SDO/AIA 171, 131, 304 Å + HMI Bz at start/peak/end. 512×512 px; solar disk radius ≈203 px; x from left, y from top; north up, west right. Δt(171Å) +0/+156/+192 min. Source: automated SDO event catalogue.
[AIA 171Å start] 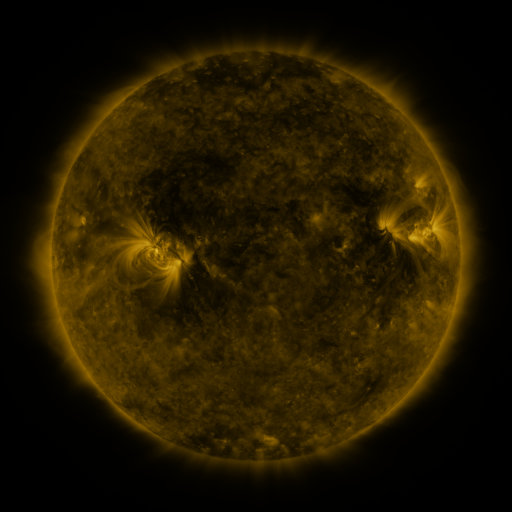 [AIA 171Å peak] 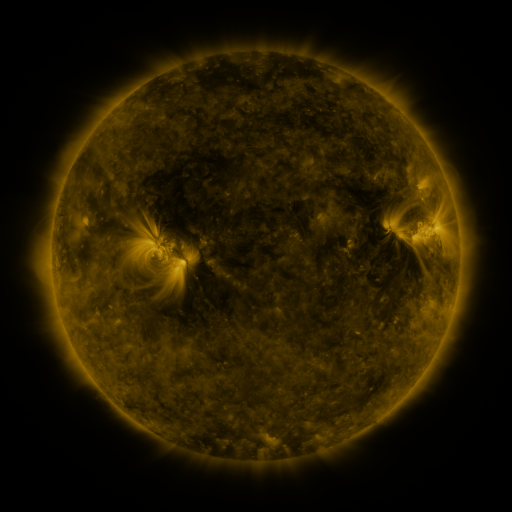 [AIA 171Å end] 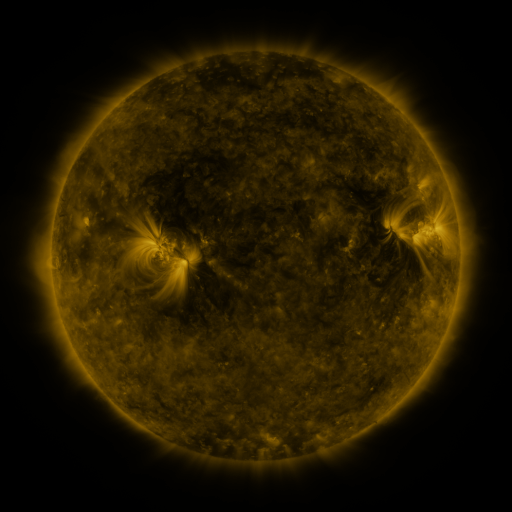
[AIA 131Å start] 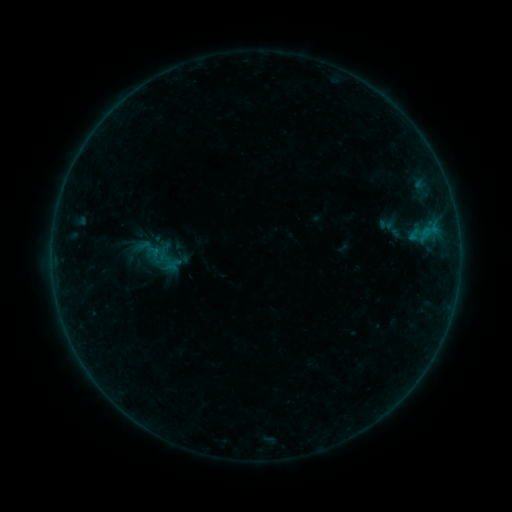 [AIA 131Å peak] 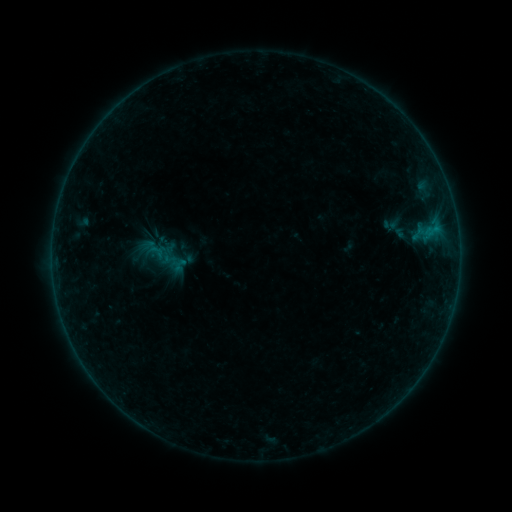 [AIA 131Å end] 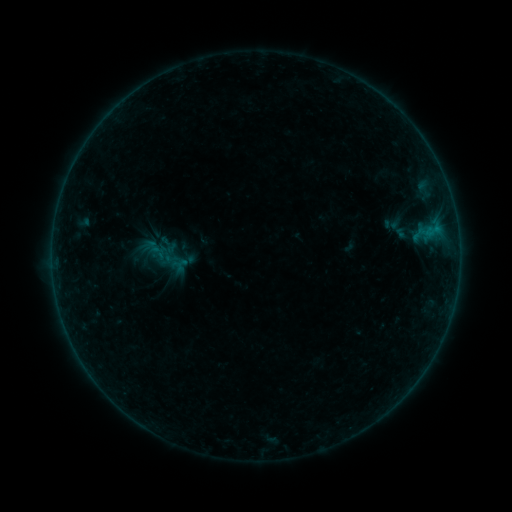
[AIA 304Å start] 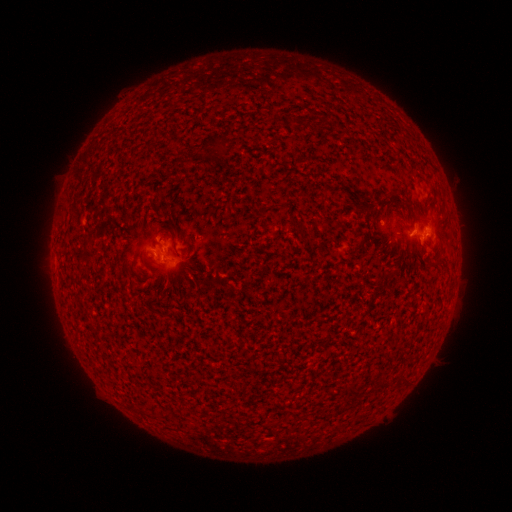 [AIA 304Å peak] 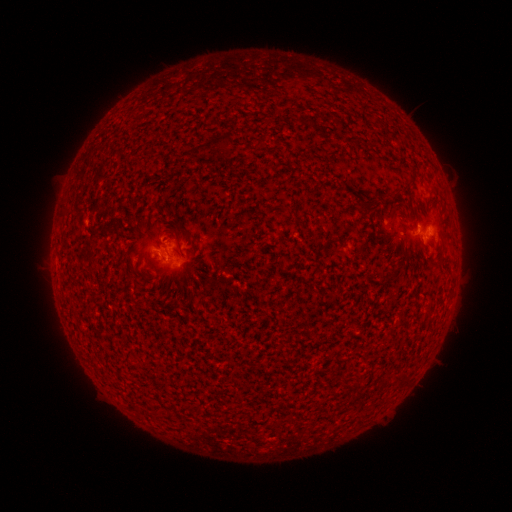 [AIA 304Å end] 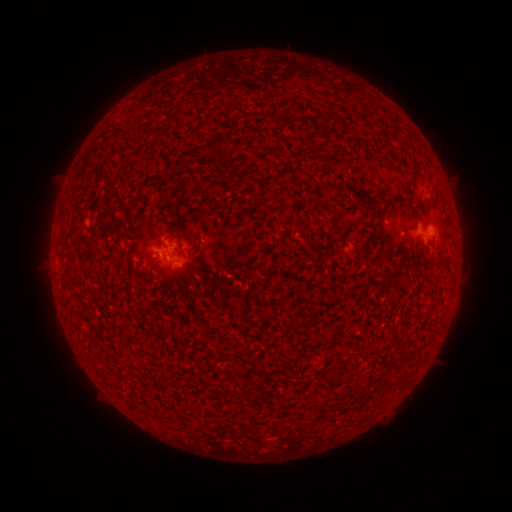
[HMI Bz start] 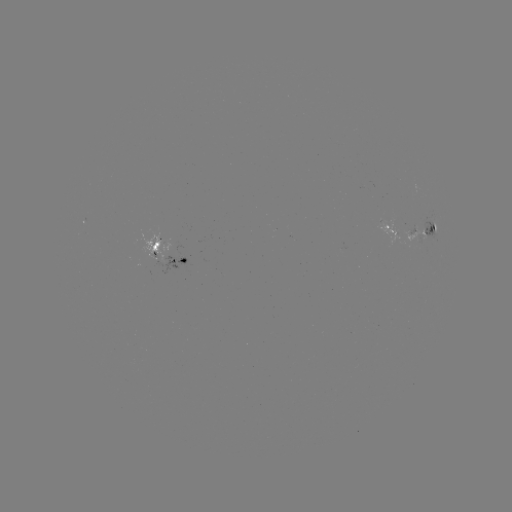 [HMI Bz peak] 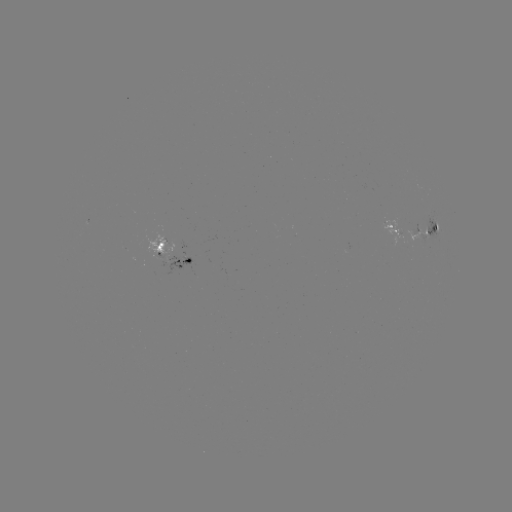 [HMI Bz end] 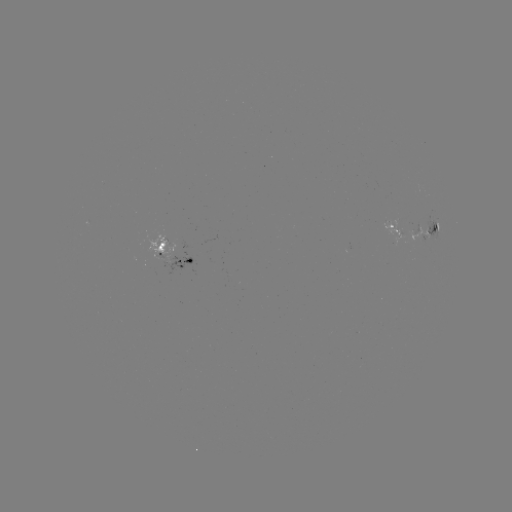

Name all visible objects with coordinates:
emerging-flux region: (170, 261)
